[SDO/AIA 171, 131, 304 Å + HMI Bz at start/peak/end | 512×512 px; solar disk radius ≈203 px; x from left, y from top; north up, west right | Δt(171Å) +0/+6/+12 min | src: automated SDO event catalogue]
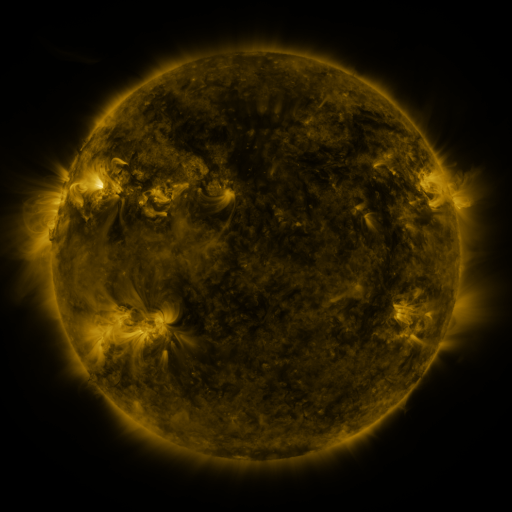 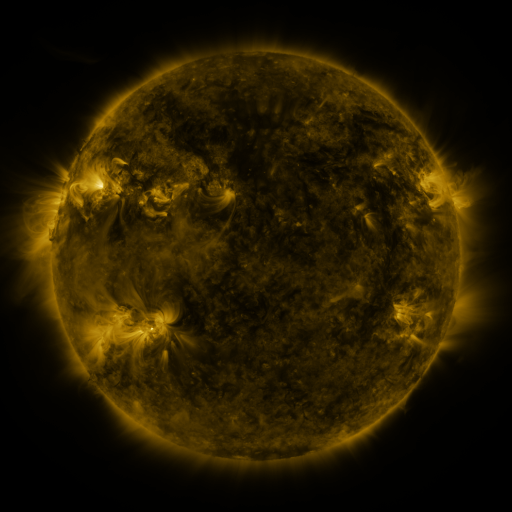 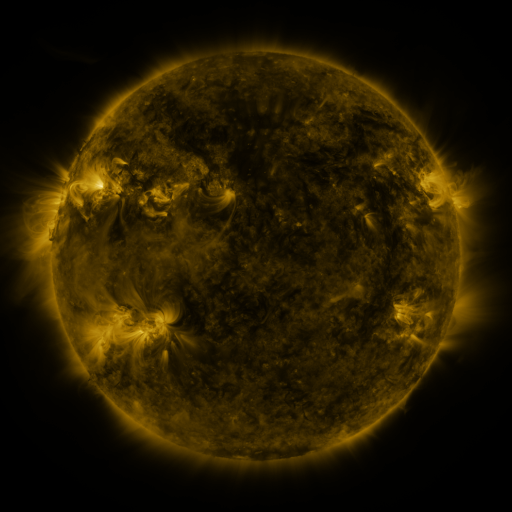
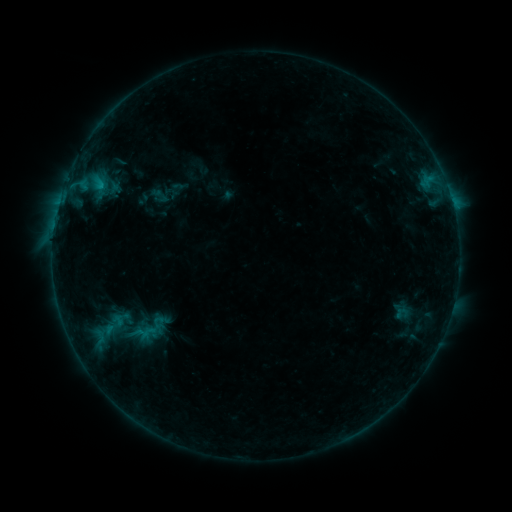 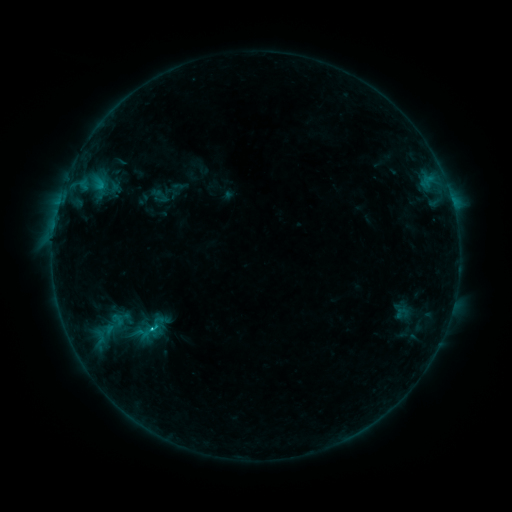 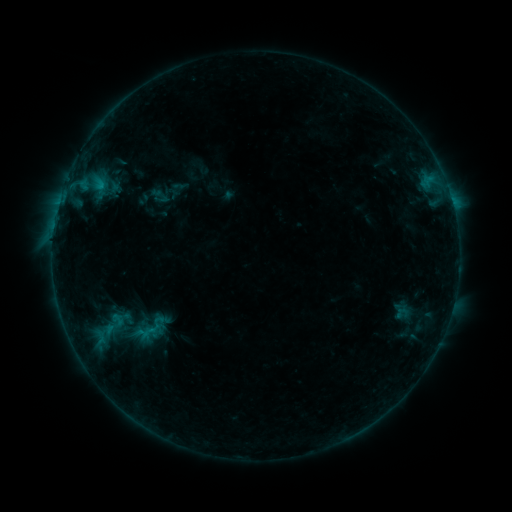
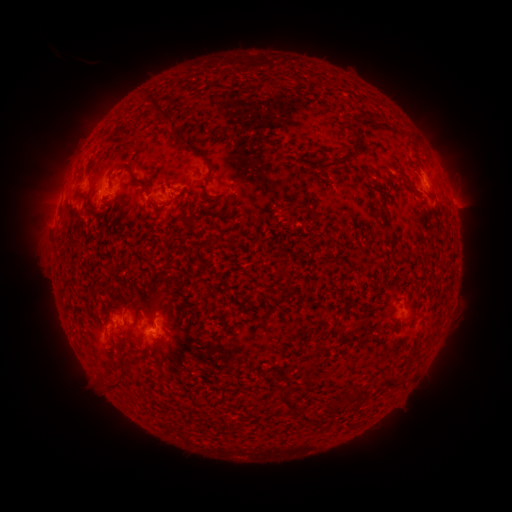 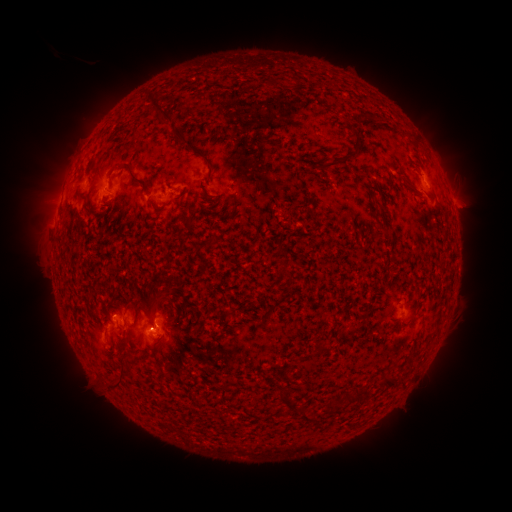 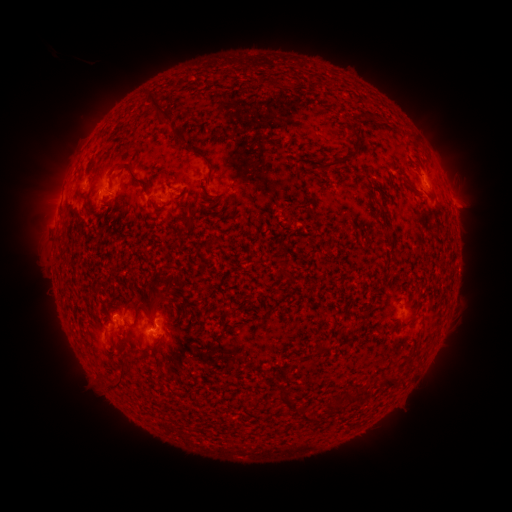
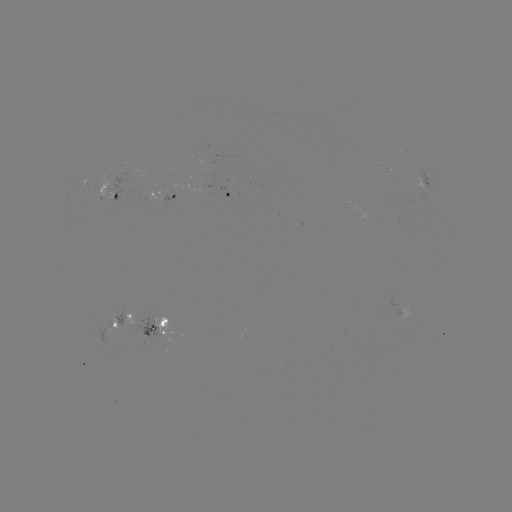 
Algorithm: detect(B6.9 flare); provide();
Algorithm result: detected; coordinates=[152, 326]